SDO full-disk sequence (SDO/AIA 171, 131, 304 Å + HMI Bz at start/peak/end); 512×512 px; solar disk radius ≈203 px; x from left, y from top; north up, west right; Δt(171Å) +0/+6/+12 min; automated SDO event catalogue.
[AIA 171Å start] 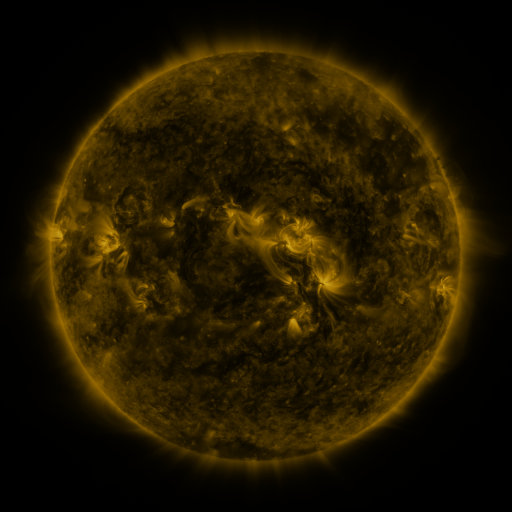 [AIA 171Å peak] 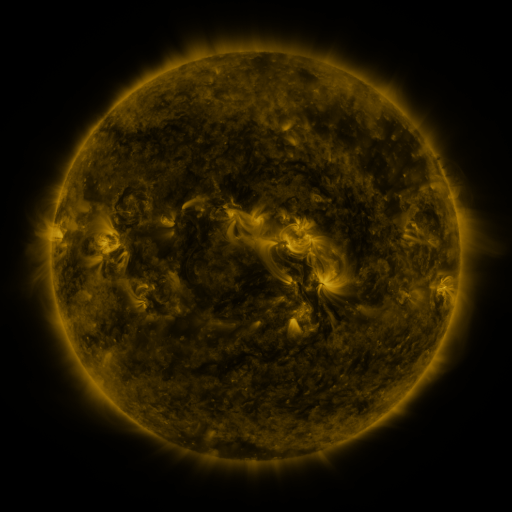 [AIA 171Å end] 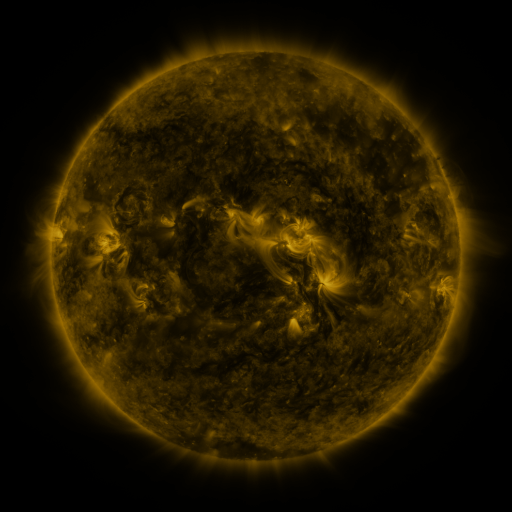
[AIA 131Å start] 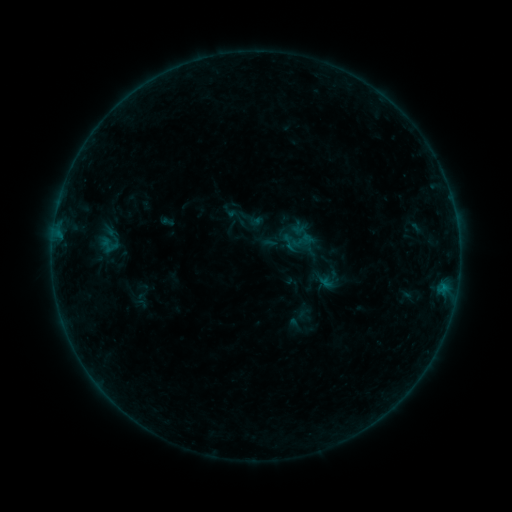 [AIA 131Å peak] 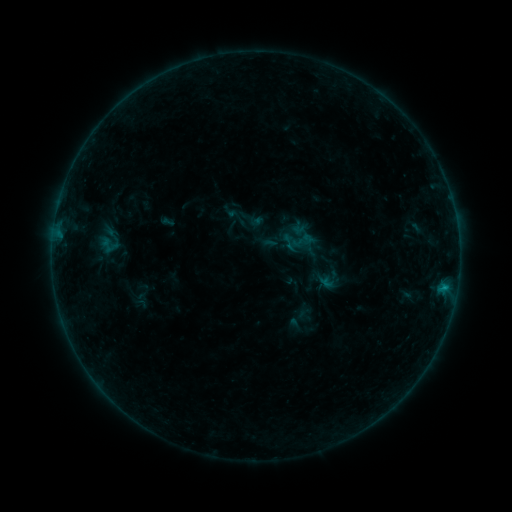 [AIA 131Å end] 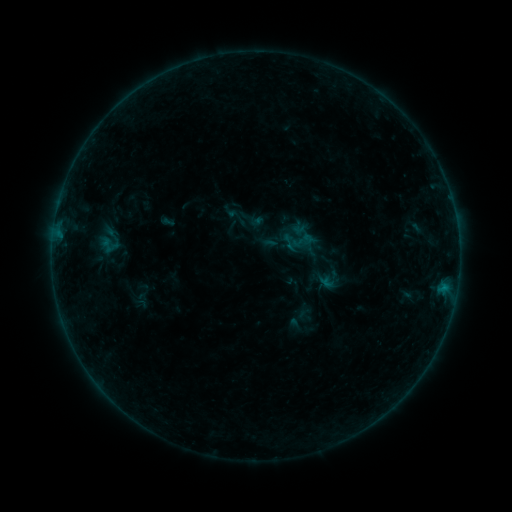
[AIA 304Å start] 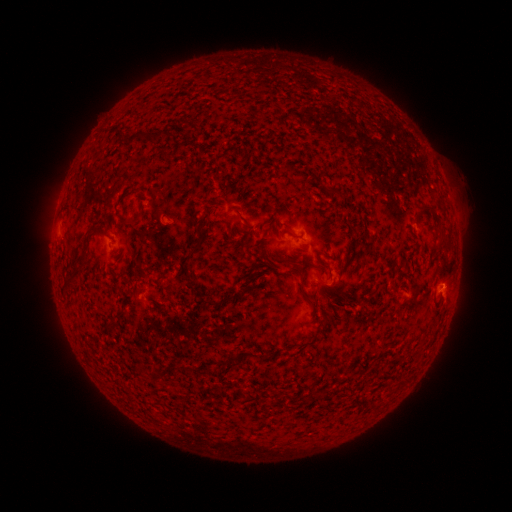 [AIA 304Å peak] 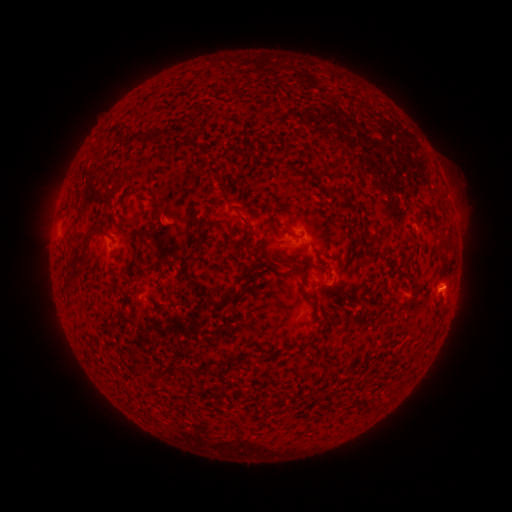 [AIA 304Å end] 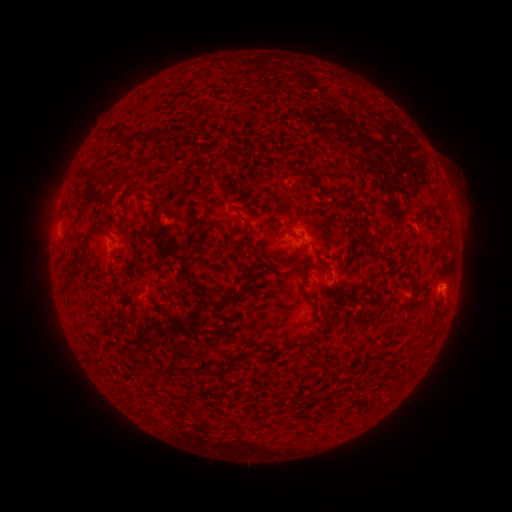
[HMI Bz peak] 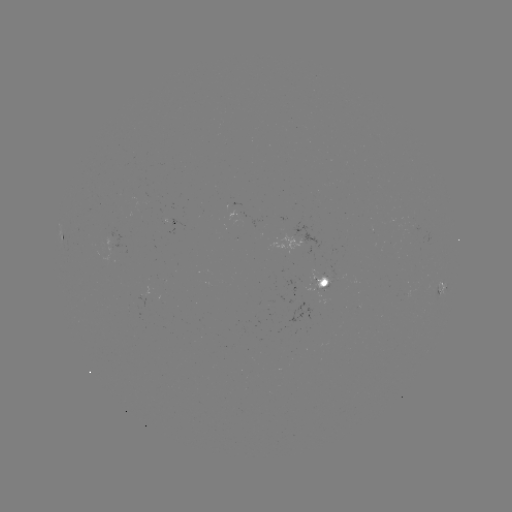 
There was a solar flare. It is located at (444, 286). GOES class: B2.7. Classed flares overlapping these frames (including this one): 1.